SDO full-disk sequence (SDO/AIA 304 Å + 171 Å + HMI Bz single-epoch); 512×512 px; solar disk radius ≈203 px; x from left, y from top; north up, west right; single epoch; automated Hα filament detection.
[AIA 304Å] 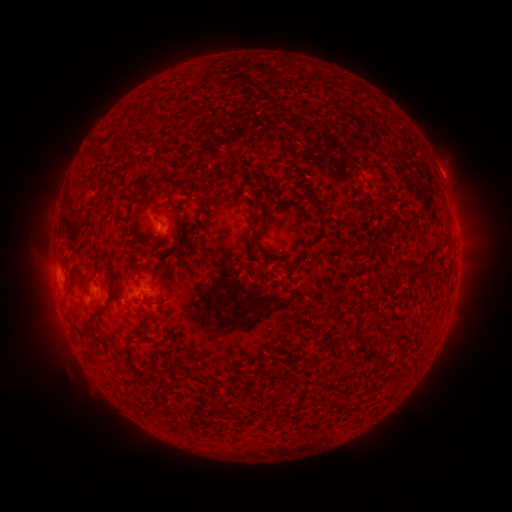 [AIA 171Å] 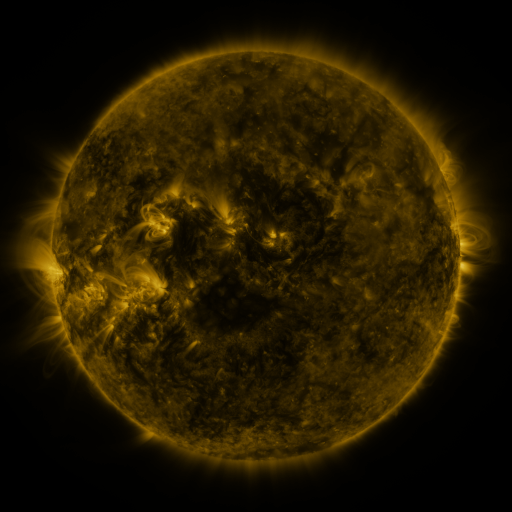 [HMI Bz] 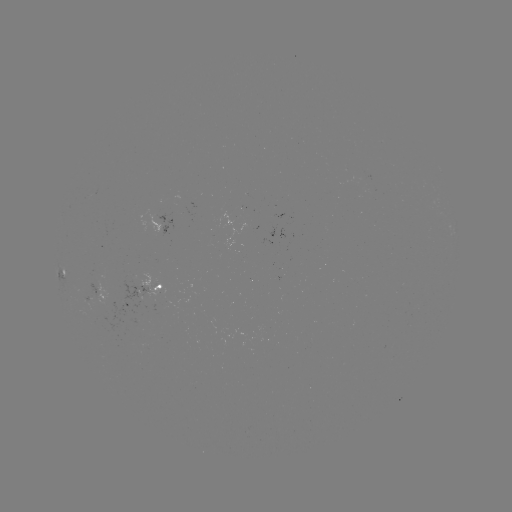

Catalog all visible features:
filament: (109, 258)
filament: (94, 313)
filament: (89, 326)
